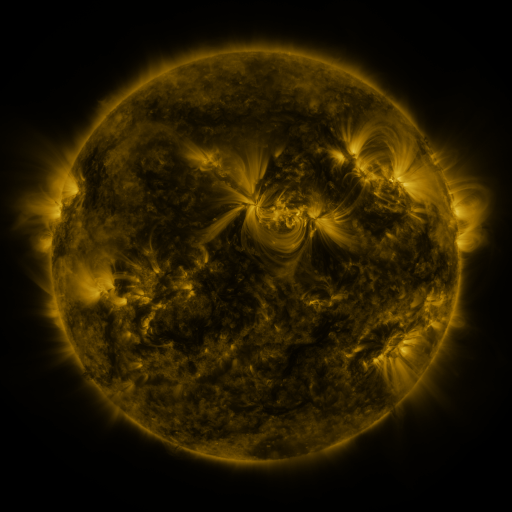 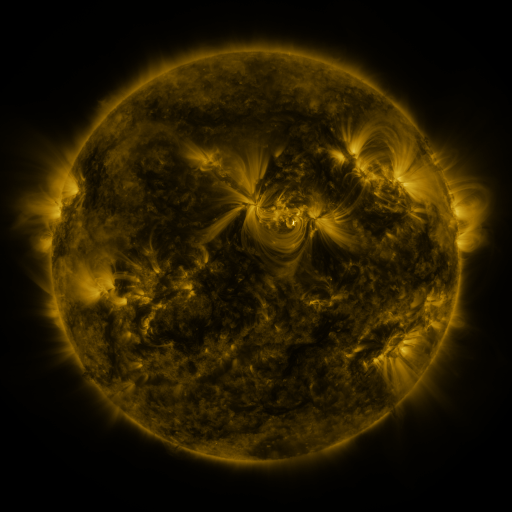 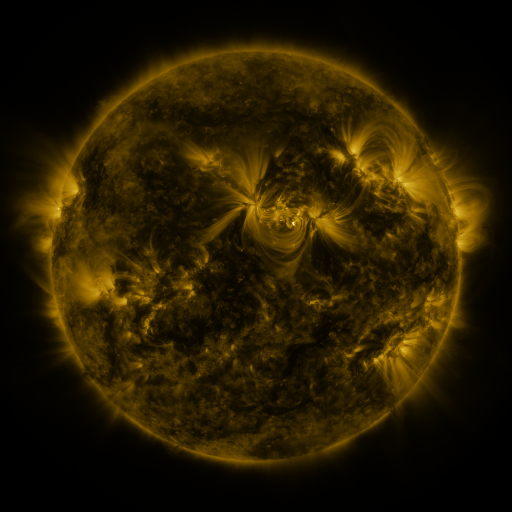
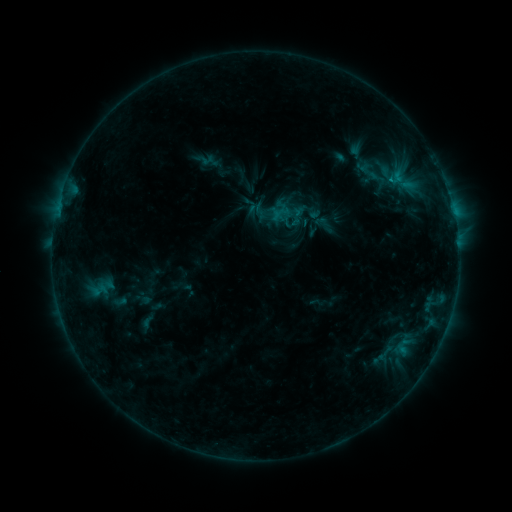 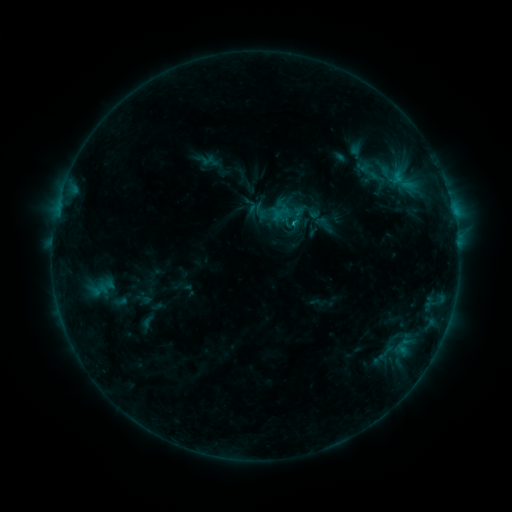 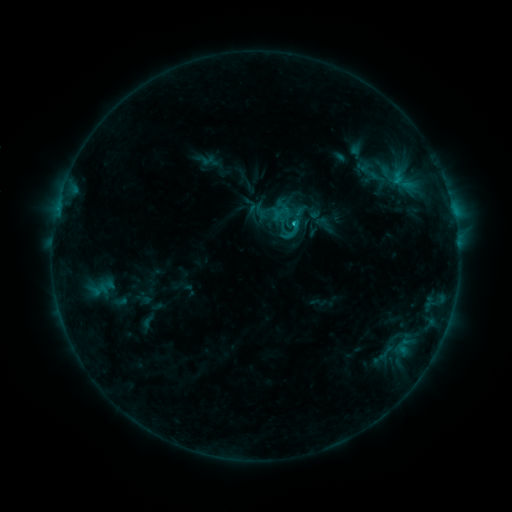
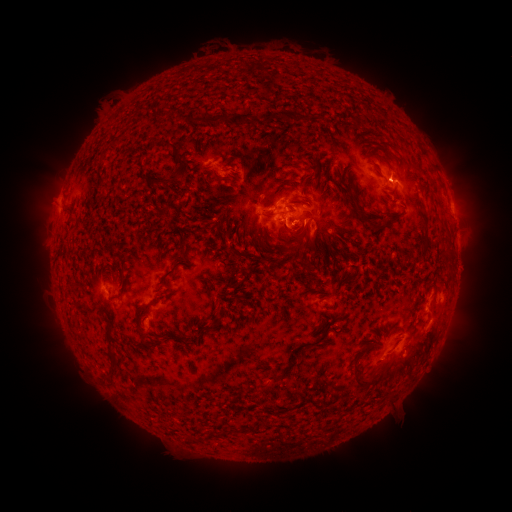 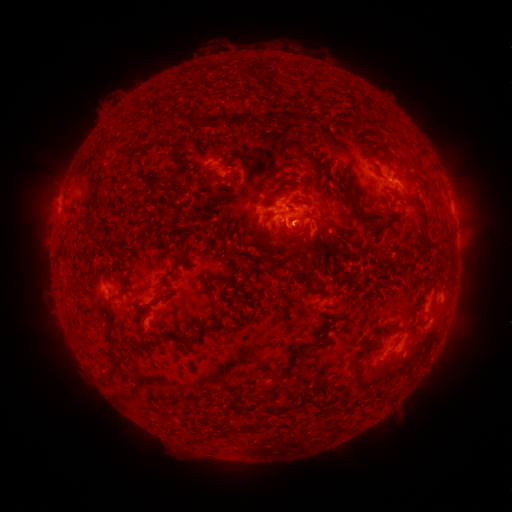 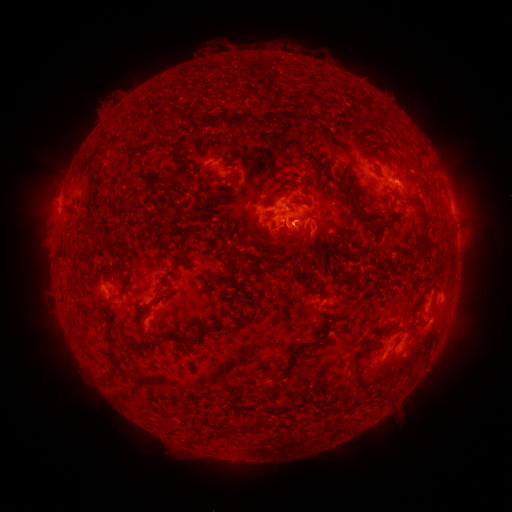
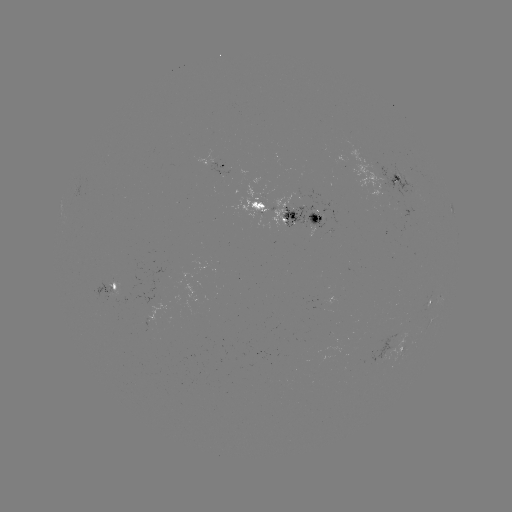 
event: flare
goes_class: C2.2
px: (291, 225)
